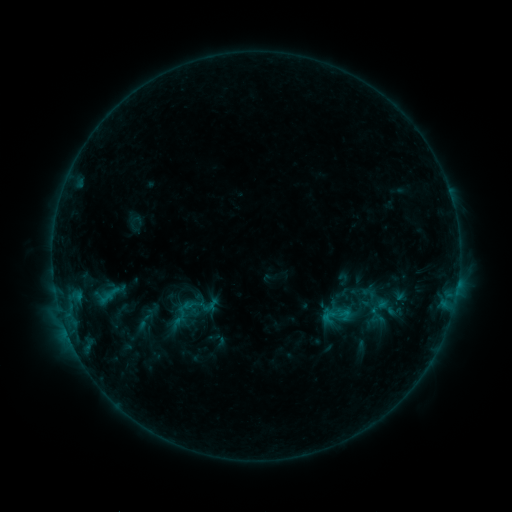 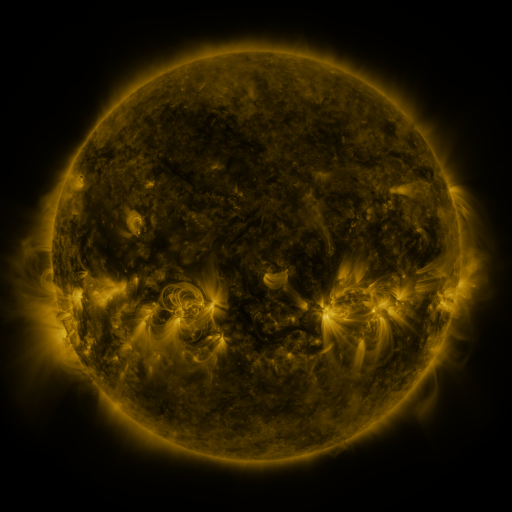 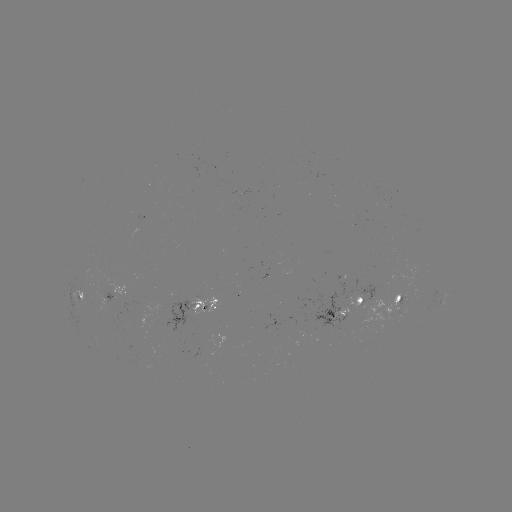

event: sigmoid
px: (182, 313)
